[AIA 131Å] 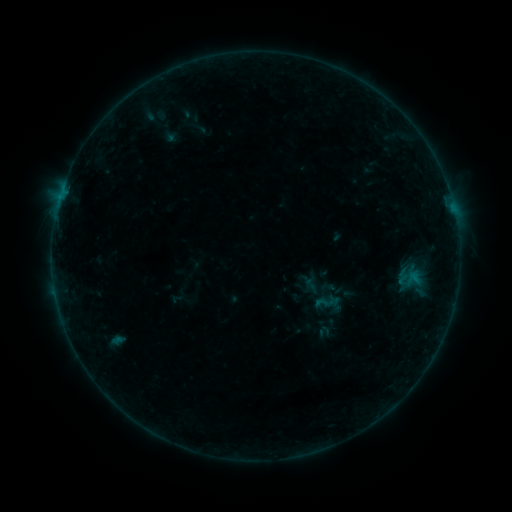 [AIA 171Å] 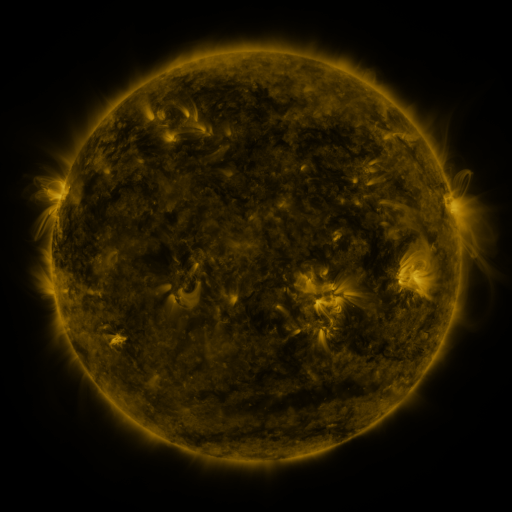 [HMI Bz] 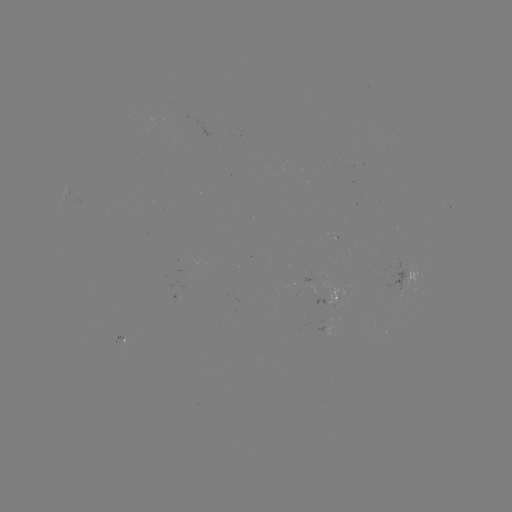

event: sigmoid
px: (326, 301)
